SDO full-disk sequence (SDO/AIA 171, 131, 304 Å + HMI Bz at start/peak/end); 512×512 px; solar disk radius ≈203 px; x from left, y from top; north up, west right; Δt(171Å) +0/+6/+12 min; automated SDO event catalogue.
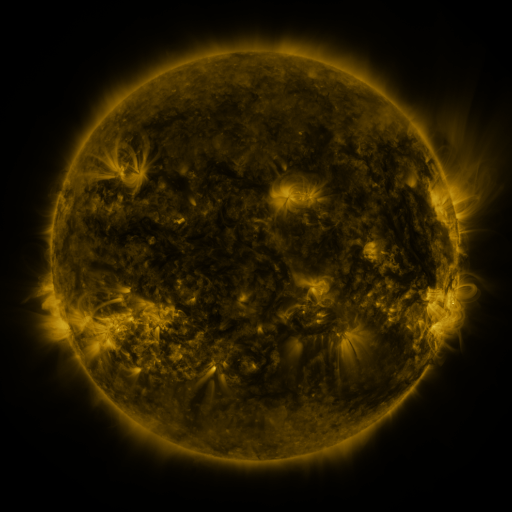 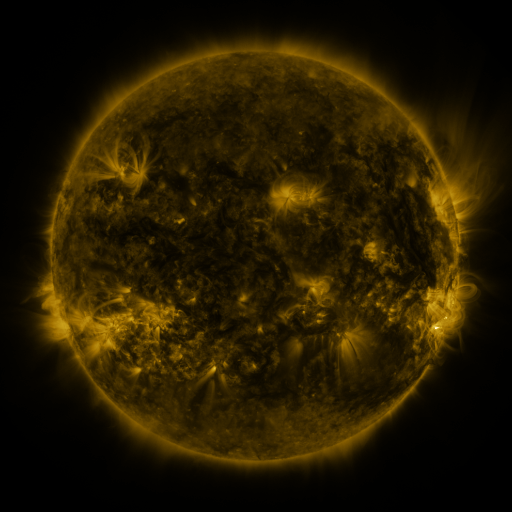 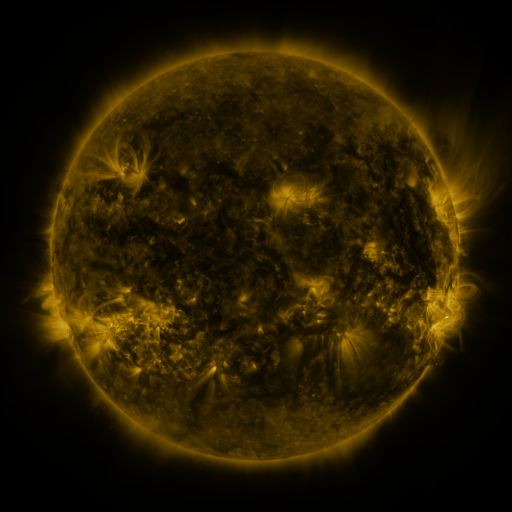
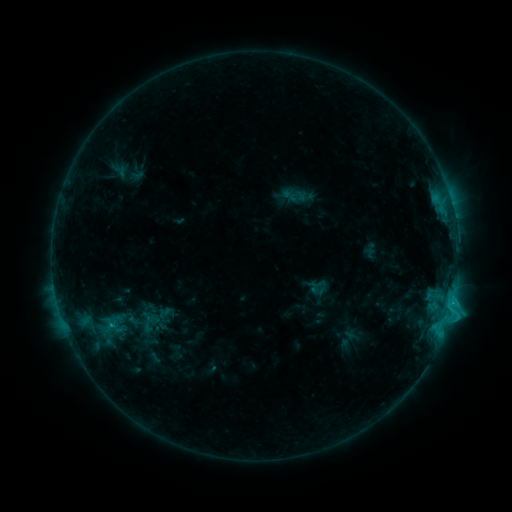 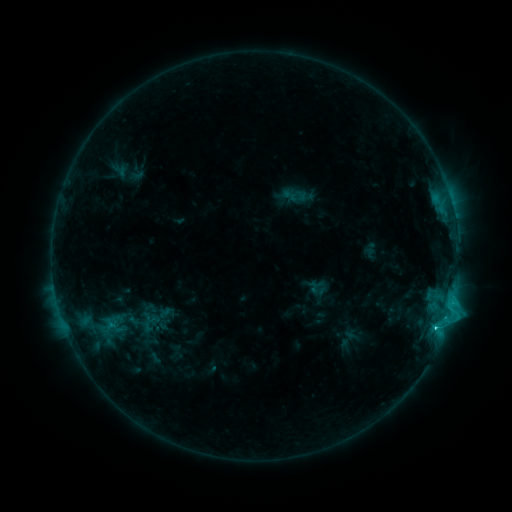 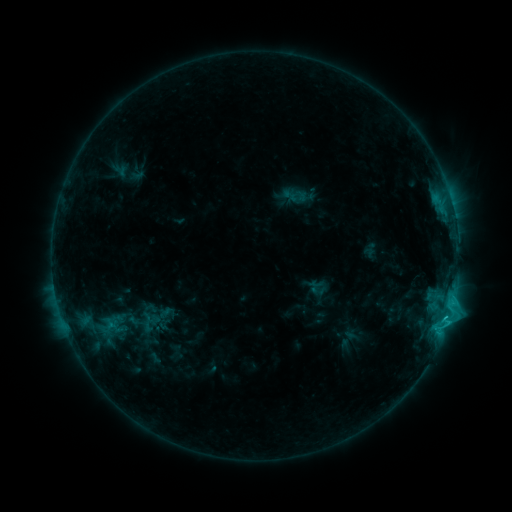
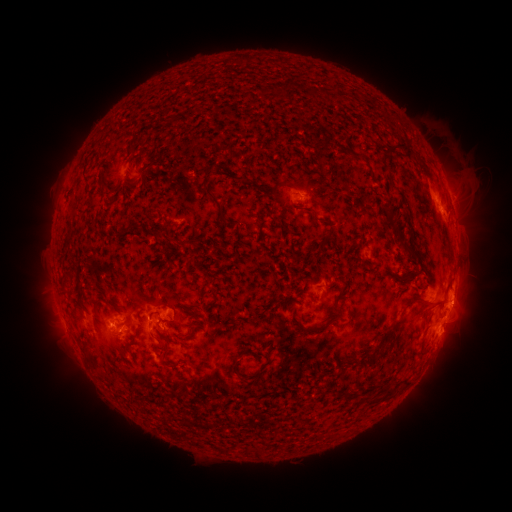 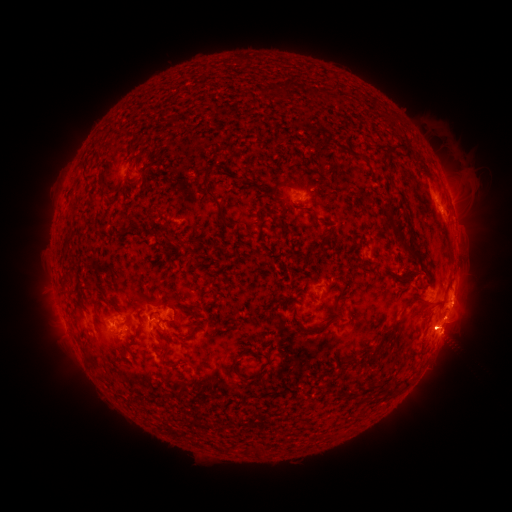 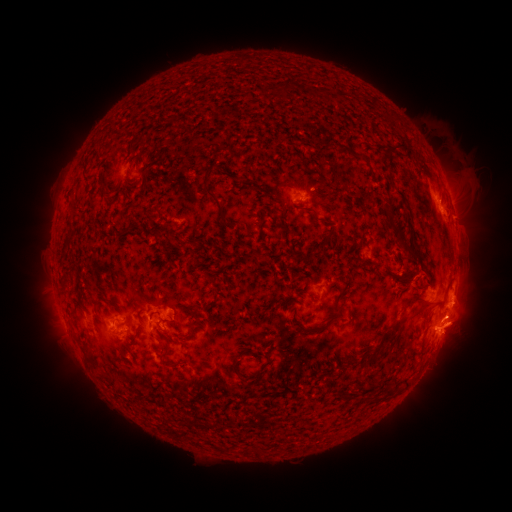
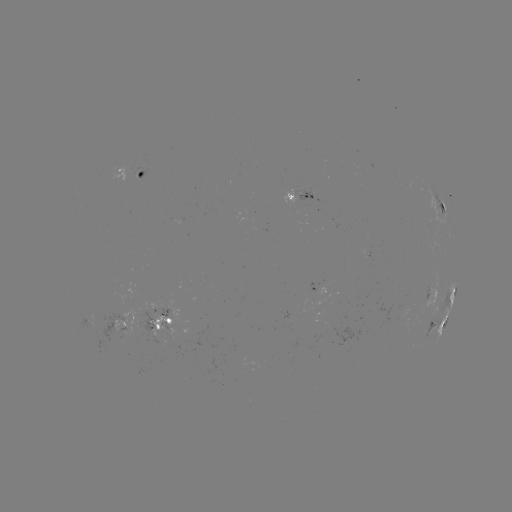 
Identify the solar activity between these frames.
C2.4 flare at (436, 326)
